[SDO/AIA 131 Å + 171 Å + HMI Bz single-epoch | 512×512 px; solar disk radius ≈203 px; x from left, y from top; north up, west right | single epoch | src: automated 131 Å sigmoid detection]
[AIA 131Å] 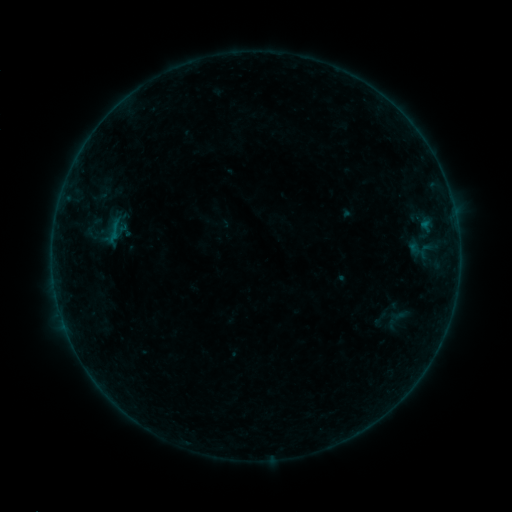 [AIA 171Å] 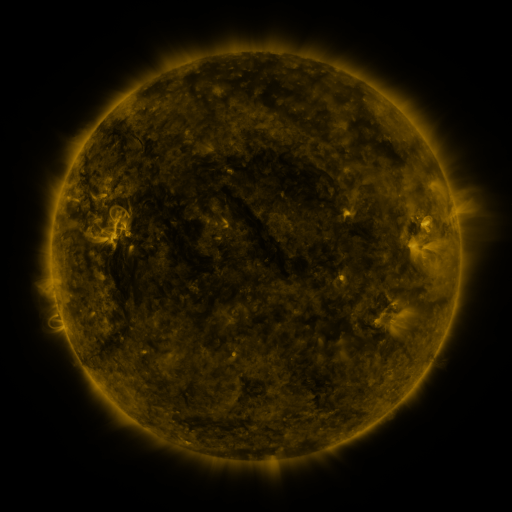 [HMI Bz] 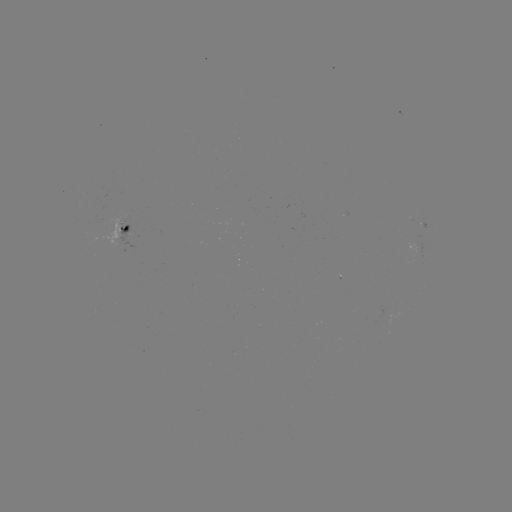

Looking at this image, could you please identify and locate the sigmoid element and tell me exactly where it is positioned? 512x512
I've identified sigmoid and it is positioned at (417, 250).